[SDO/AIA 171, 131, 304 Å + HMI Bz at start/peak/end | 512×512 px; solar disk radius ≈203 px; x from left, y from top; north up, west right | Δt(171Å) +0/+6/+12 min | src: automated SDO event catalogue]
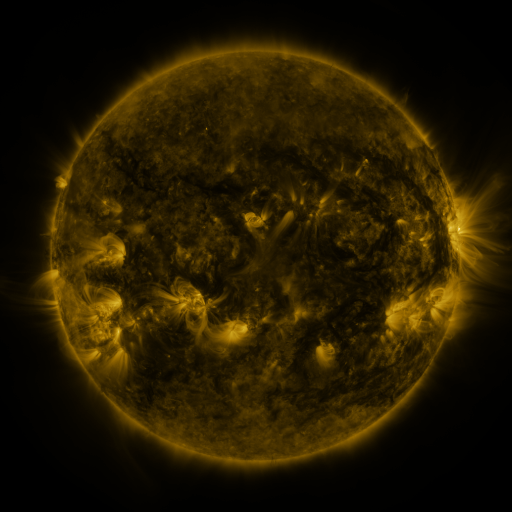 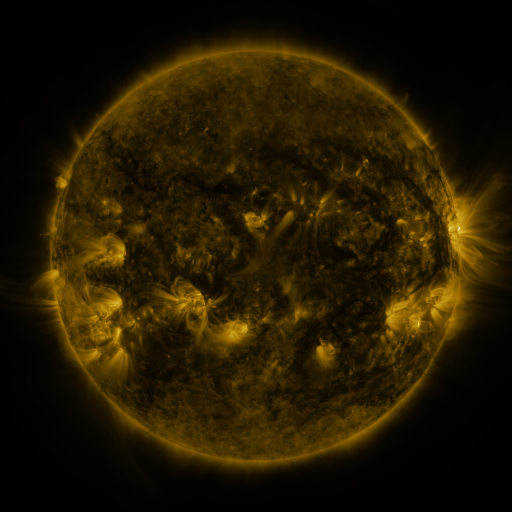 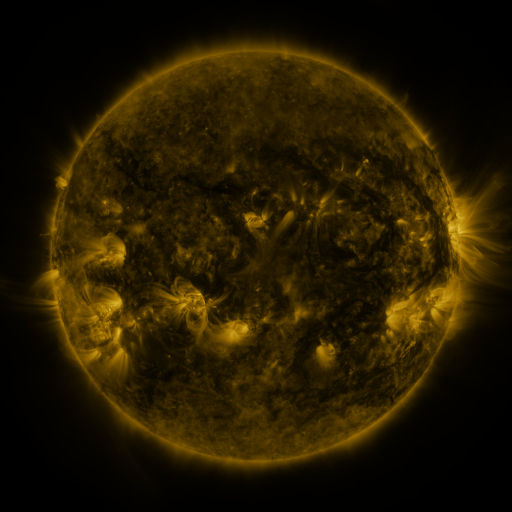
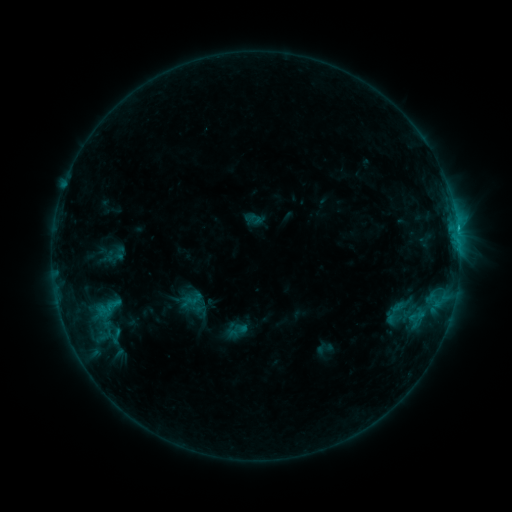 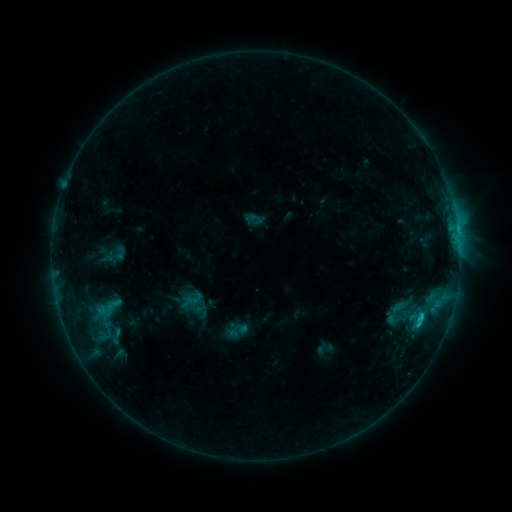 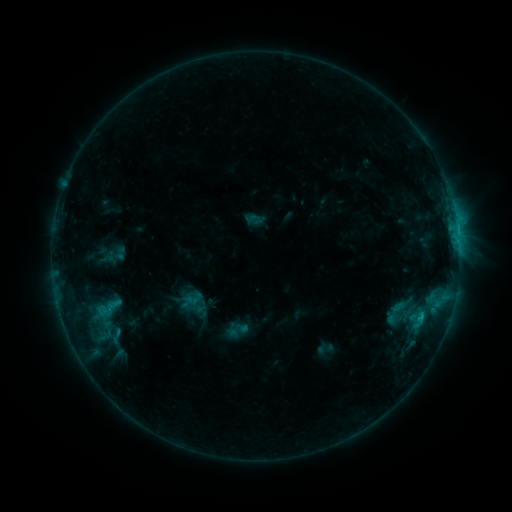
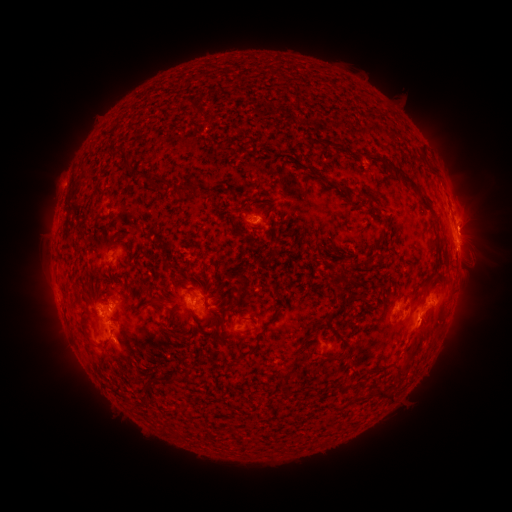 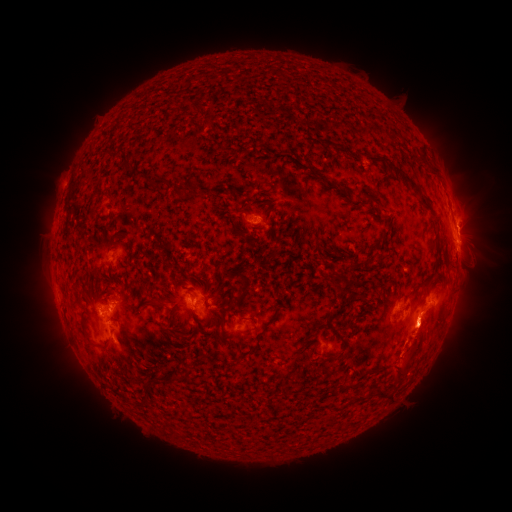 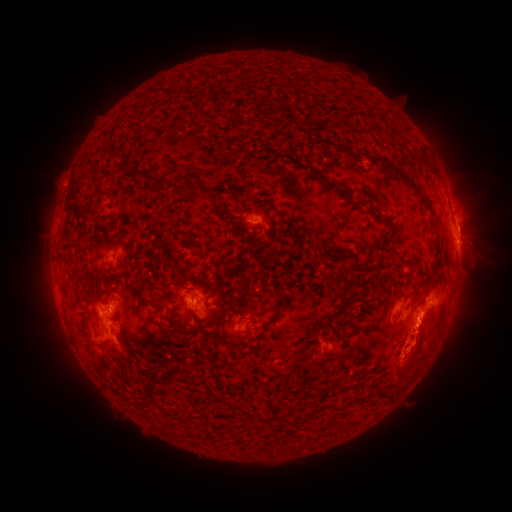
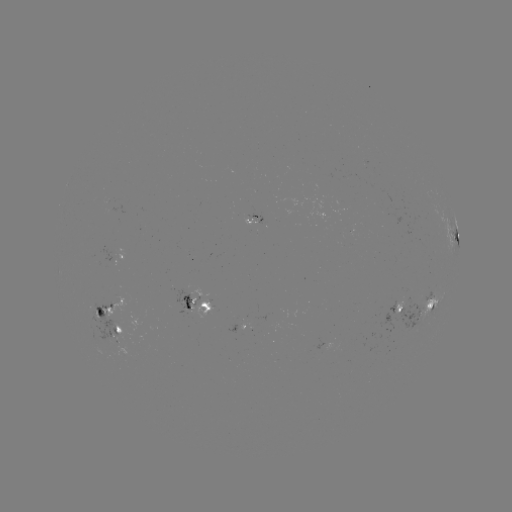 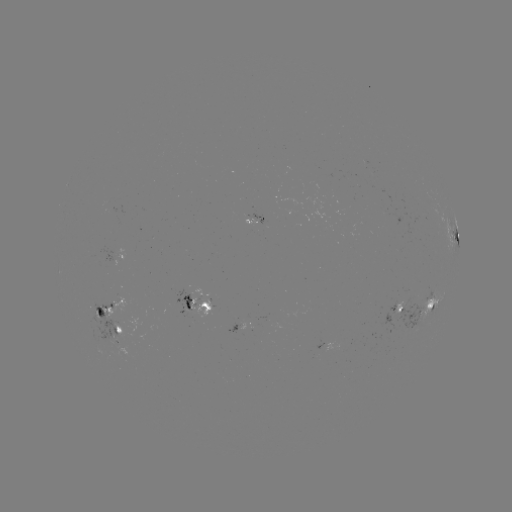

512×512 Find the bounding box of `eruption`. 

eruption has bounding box [395, 246, 444, 303].